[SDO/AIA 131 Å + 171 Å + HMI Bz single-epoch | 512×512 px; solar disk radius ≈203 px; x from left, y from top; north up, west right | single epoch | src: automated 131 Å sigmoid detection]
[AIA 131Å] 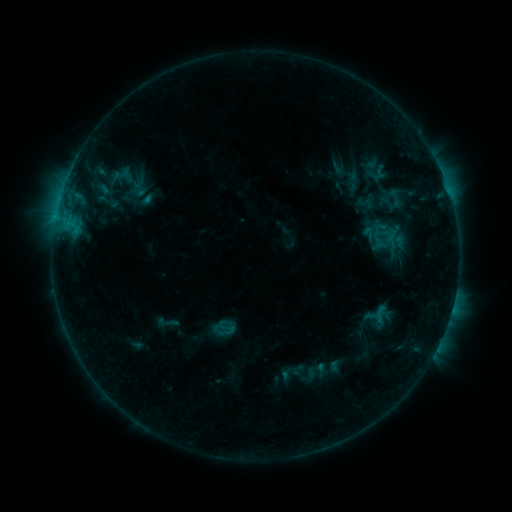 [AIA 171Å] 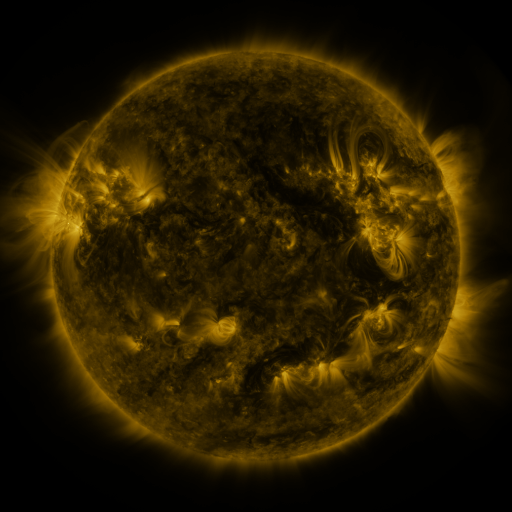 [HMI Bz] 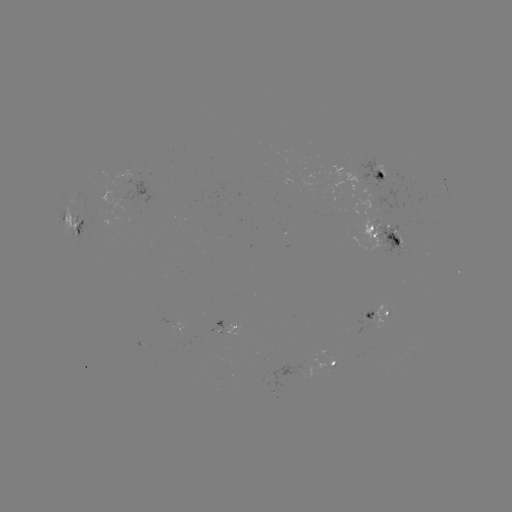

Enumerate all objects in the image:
sigmoid: (354, 195, 376, 211)
